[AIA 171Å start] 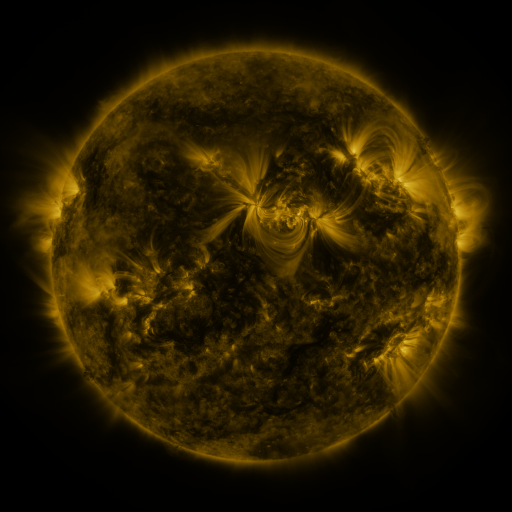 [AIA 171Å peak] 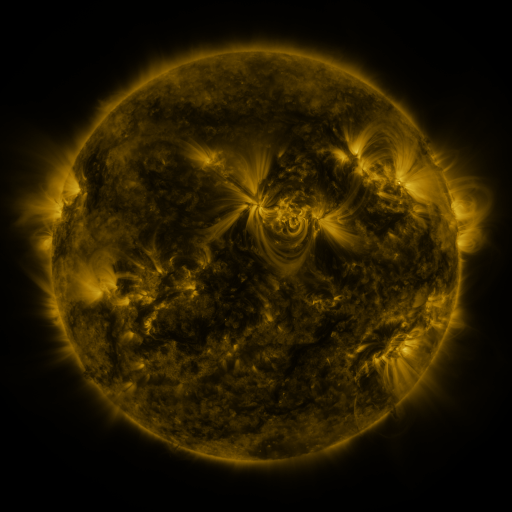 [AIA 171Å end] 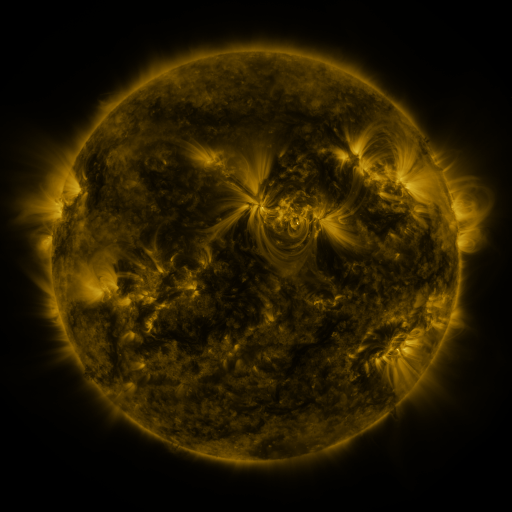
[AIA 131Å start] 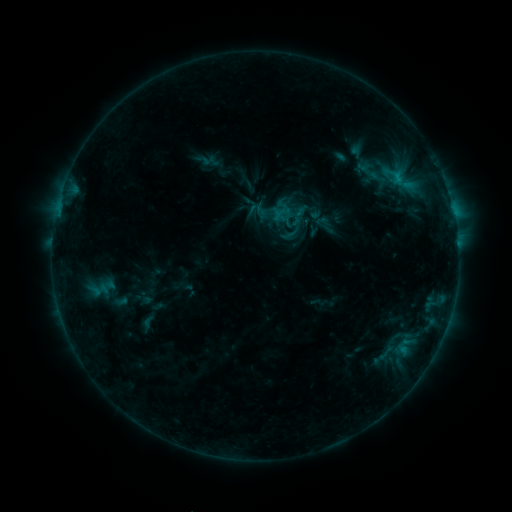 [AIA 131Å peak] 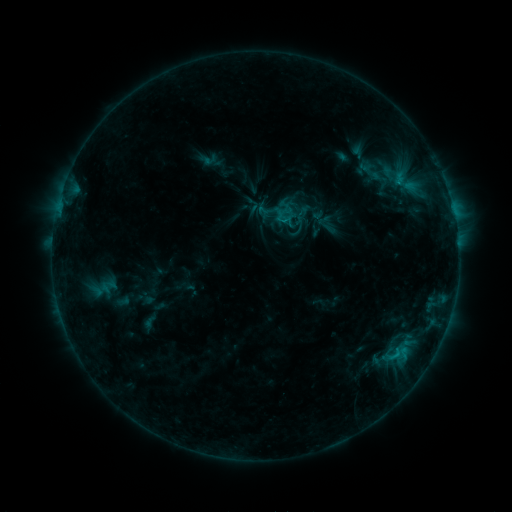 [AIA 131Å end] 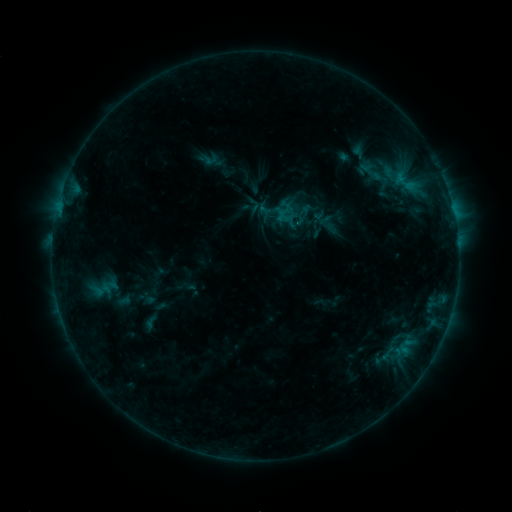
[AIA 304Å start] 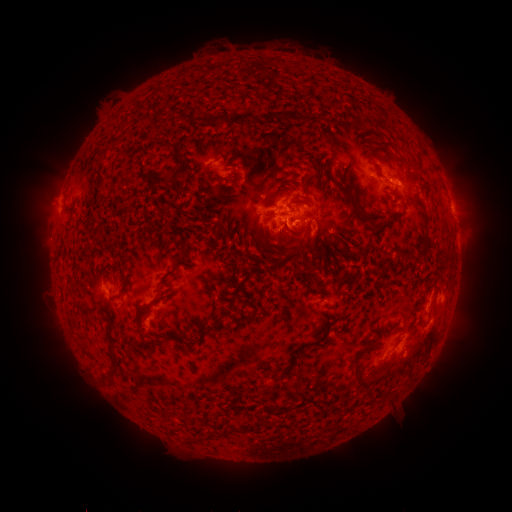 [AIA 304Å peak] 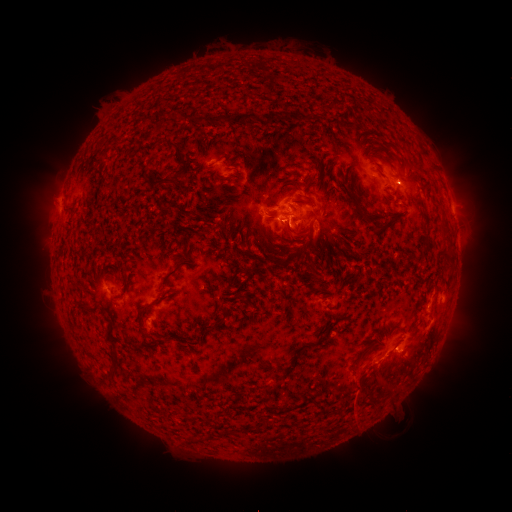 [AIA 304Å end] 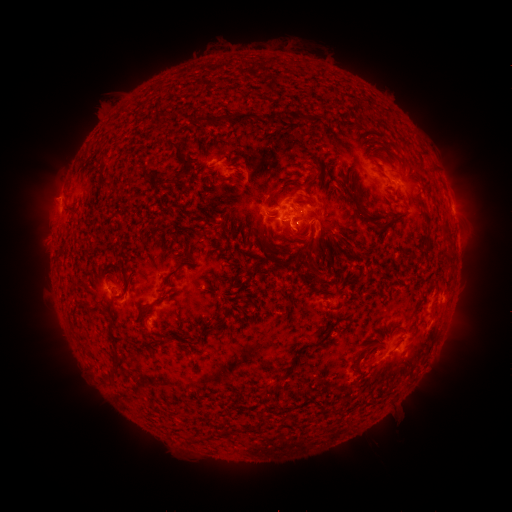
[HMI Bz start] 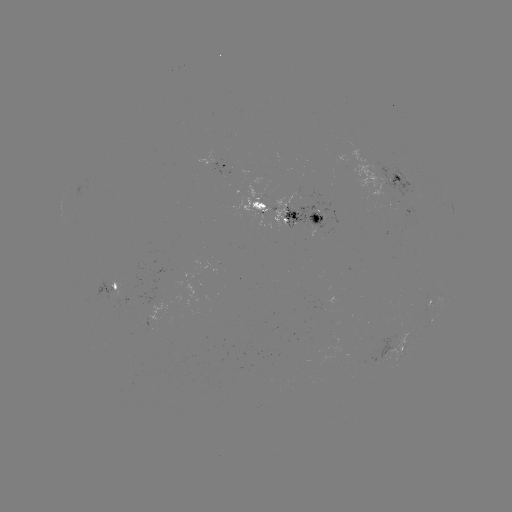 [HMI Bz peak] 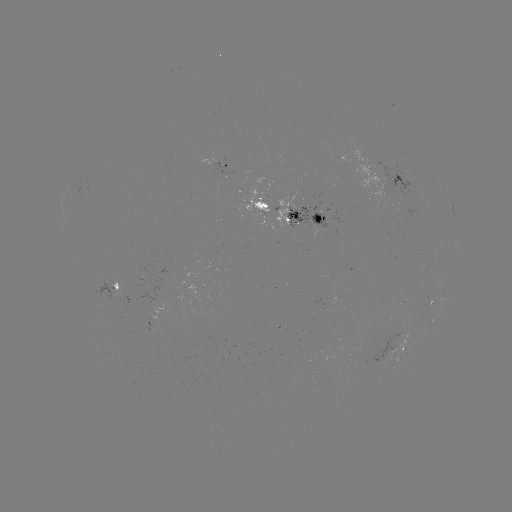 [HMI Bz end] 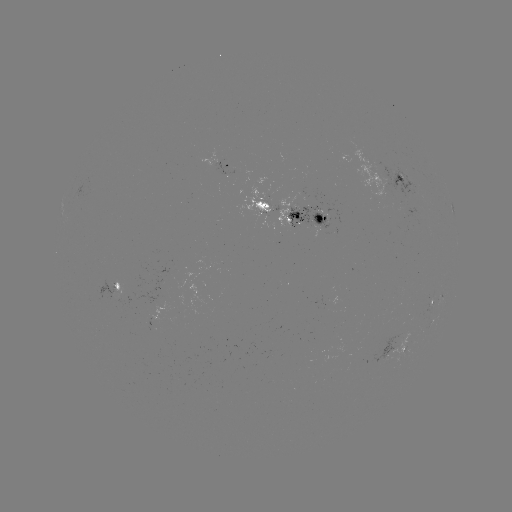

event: emerging-flux region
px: (316, 218)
